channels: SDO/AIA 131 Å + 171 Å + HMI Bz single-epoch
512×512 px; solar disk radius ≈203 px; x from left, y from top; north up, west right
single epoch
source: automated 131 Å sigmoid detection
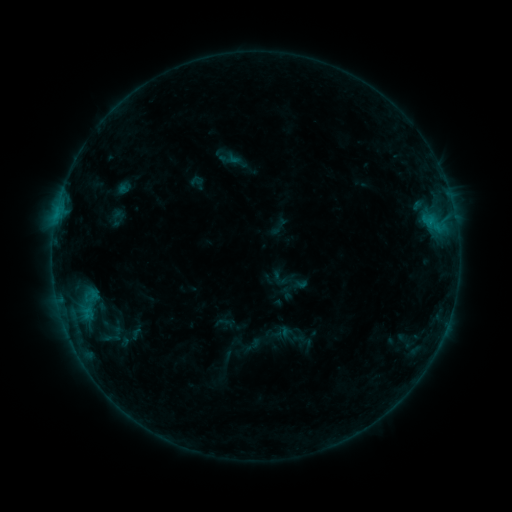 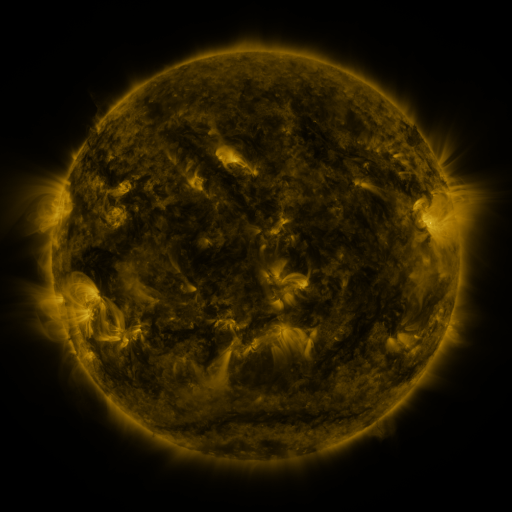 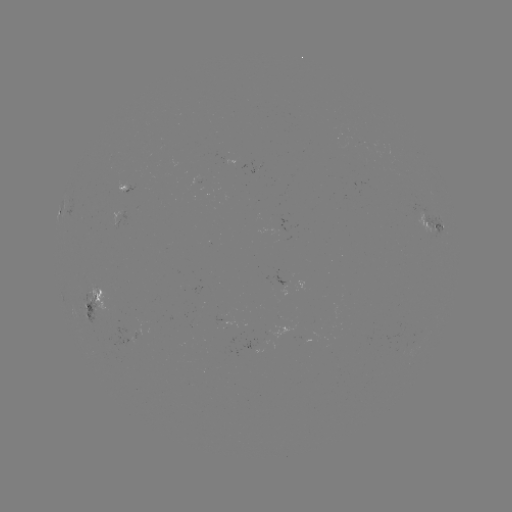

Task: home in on sigmoid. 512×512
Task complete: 230,159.